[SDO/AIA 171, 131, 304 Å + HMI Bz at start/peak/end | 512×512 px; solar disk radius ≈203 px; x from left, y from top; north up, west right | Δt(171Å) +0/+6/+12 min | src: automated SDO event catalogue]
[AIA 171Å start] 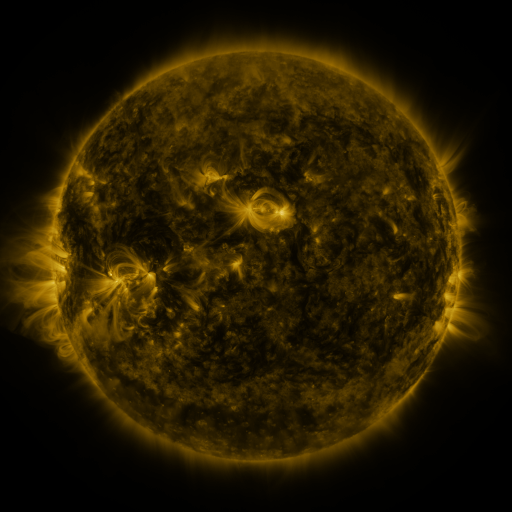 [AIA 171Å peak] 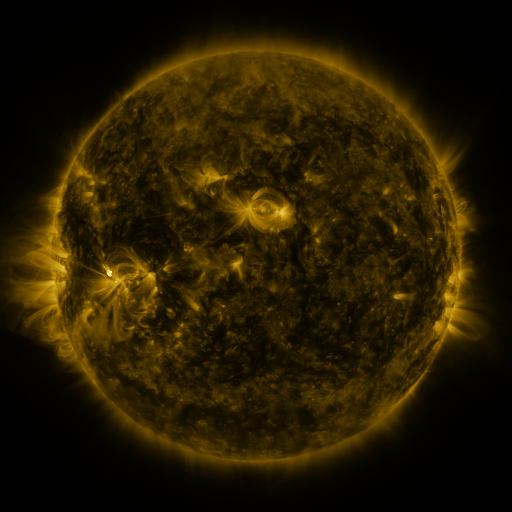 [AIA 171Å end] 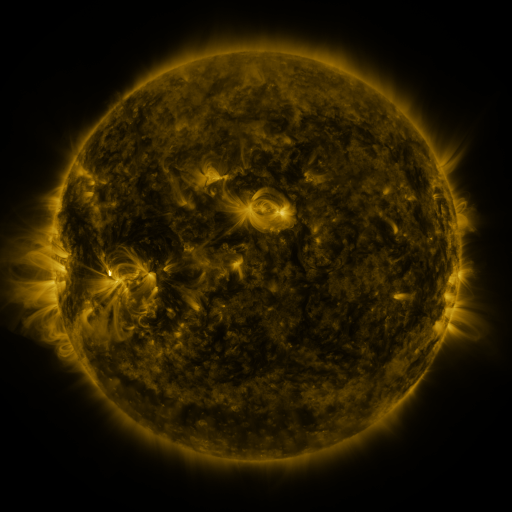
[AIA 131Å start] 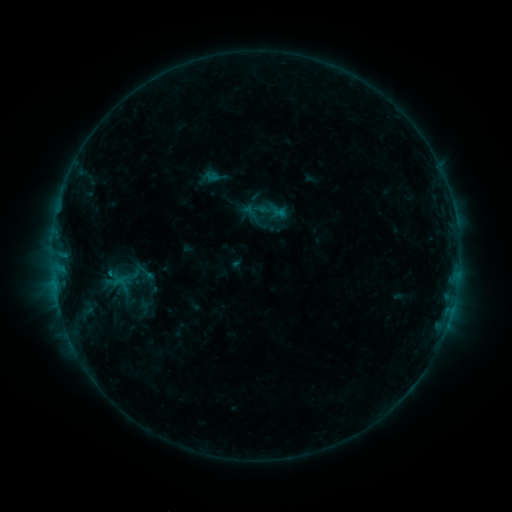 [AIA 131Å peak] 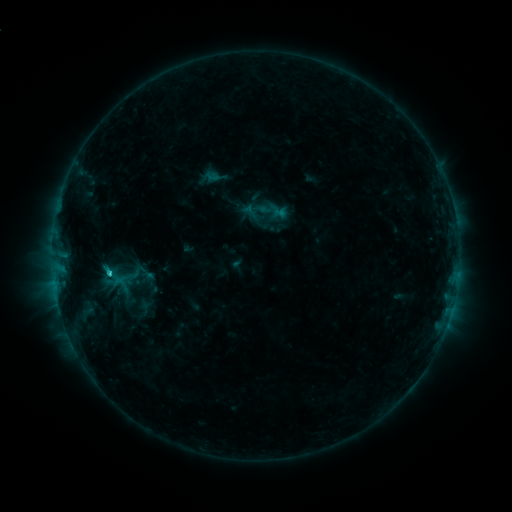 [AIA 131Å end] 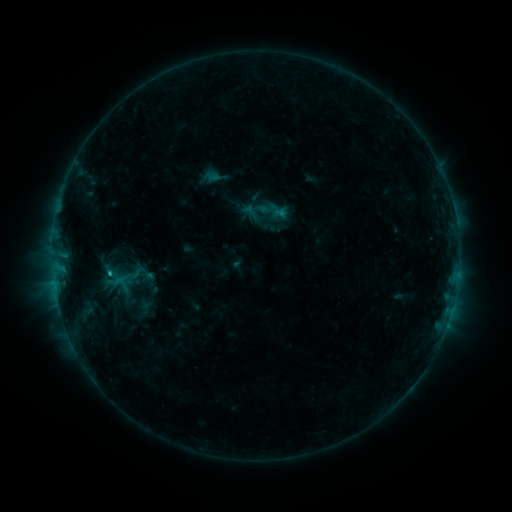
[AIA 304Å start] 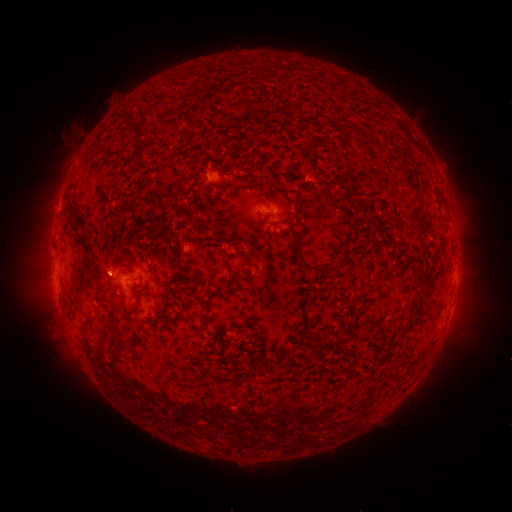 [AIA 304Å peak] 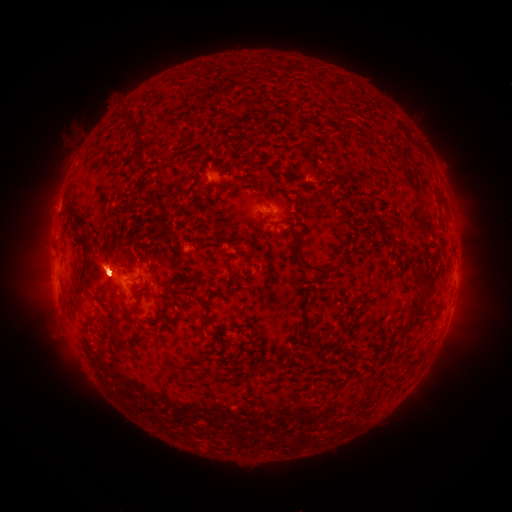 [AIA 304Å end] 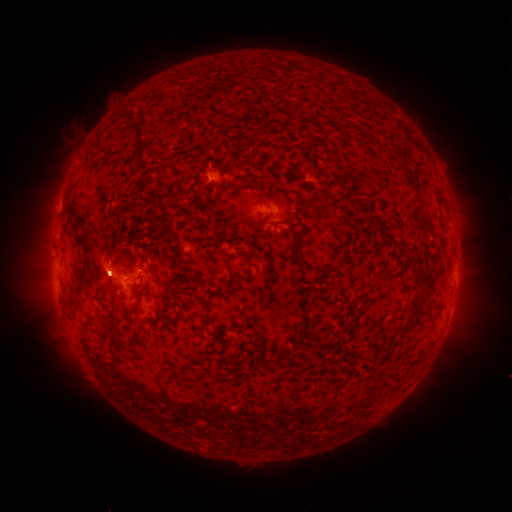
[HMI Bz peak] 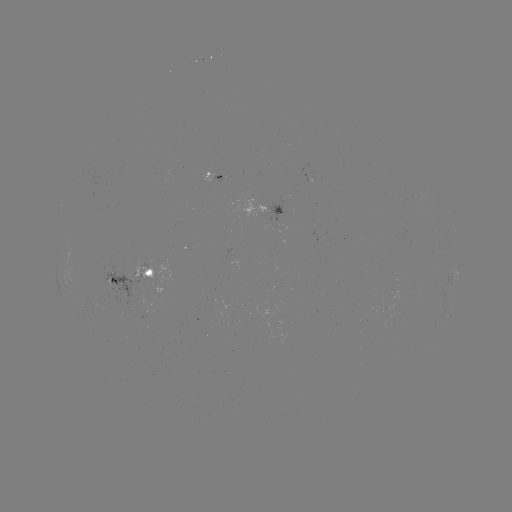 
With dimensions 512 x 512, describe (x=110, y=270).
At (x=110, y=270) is B9.6 flare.